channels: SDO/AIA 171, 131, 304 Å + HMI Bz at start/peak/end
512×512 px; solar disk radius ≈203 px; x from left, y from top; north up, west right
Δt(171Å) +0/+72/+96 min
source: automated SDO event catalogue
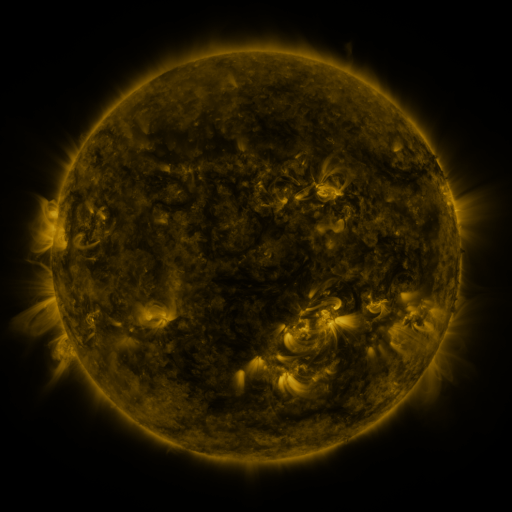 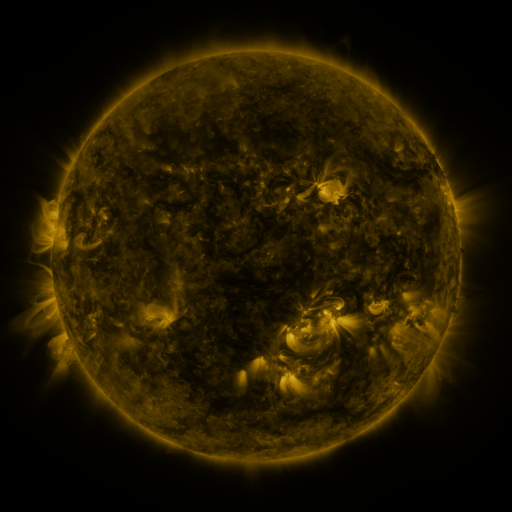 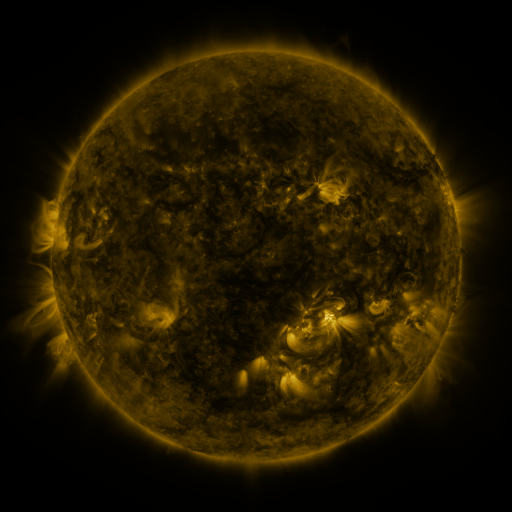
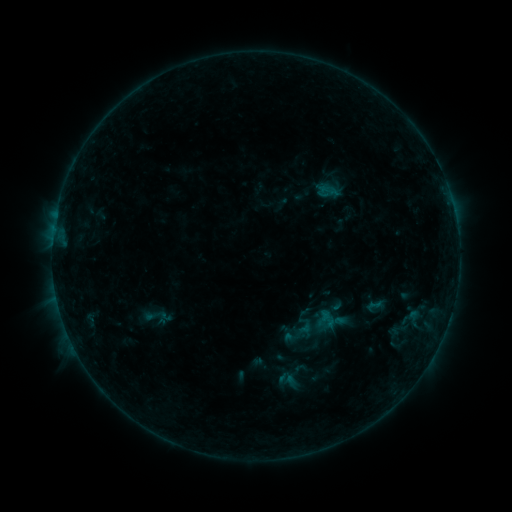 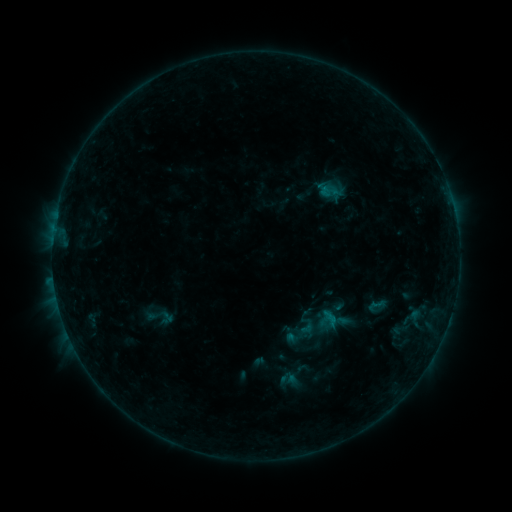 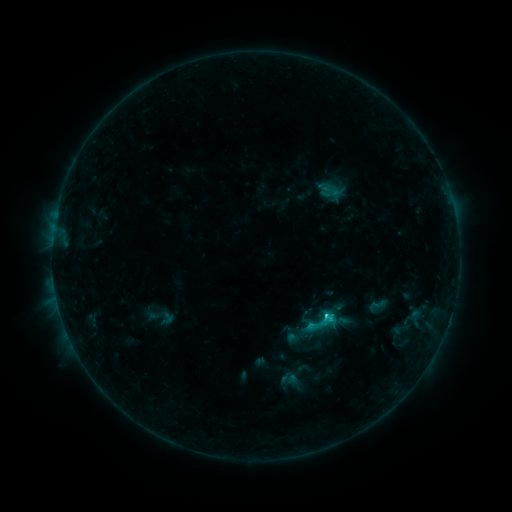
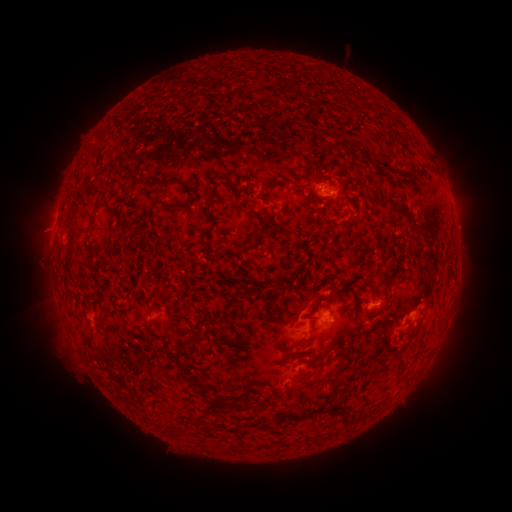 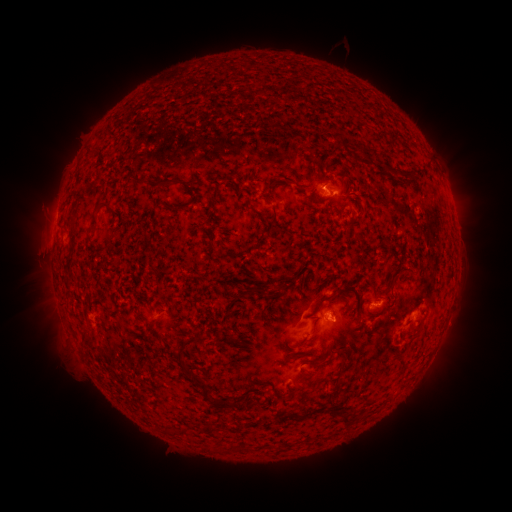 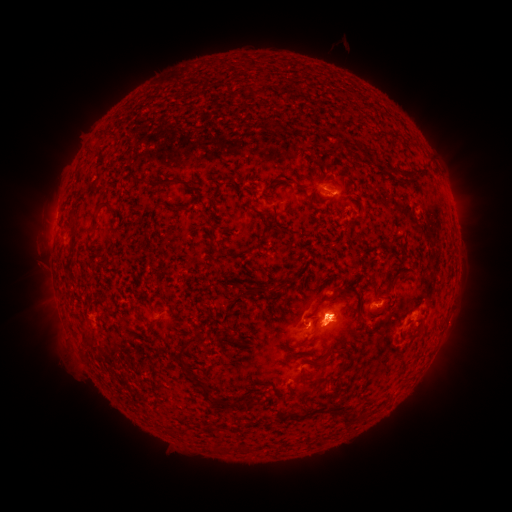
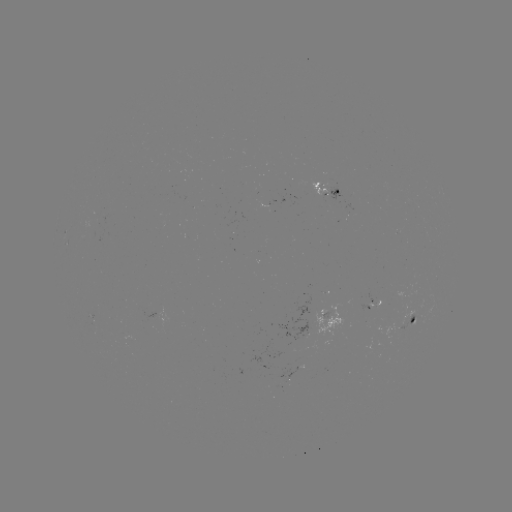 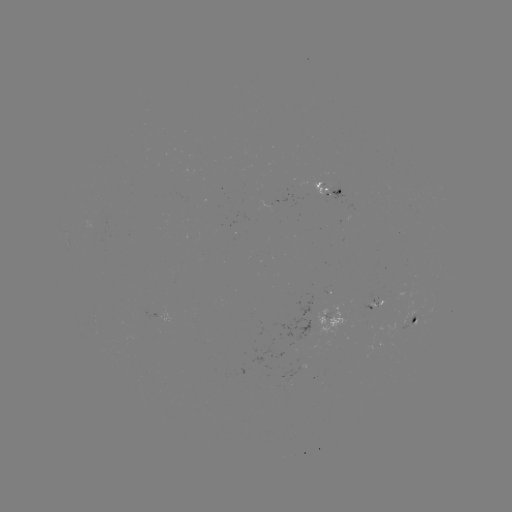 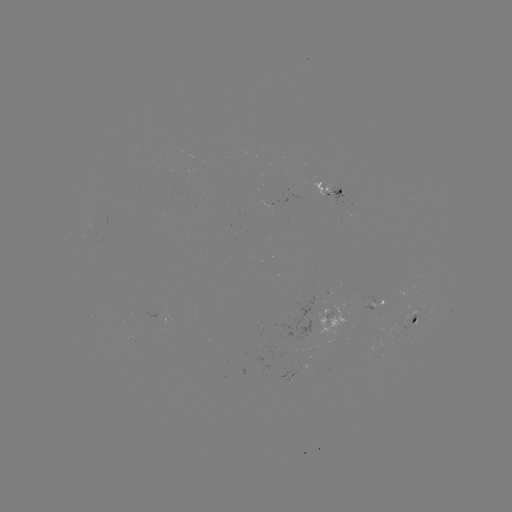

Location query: emerging-flux region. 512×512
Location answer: (416, 319).